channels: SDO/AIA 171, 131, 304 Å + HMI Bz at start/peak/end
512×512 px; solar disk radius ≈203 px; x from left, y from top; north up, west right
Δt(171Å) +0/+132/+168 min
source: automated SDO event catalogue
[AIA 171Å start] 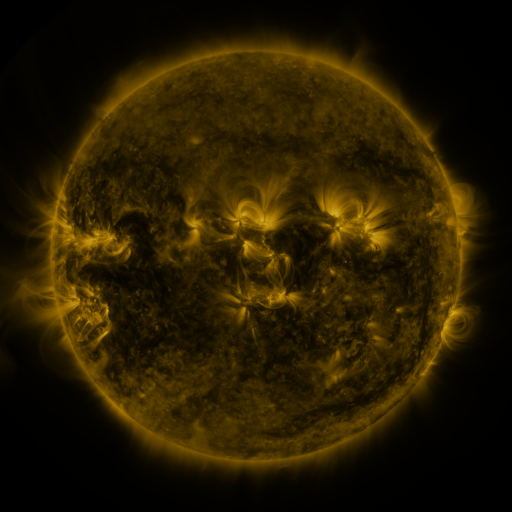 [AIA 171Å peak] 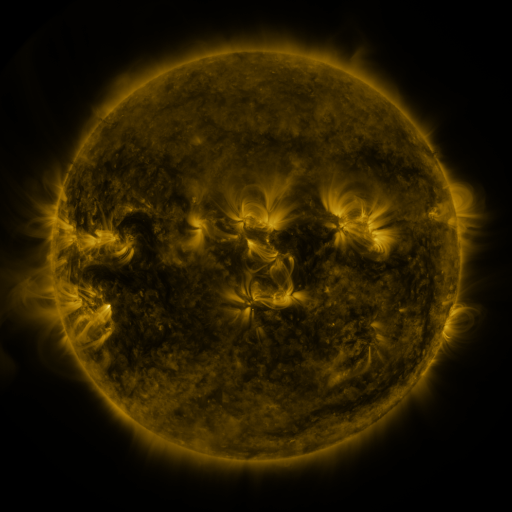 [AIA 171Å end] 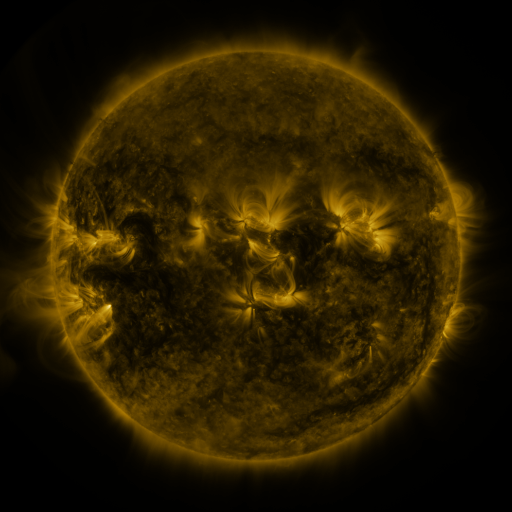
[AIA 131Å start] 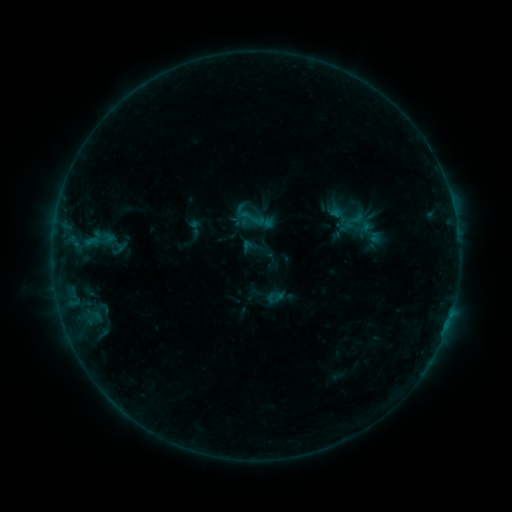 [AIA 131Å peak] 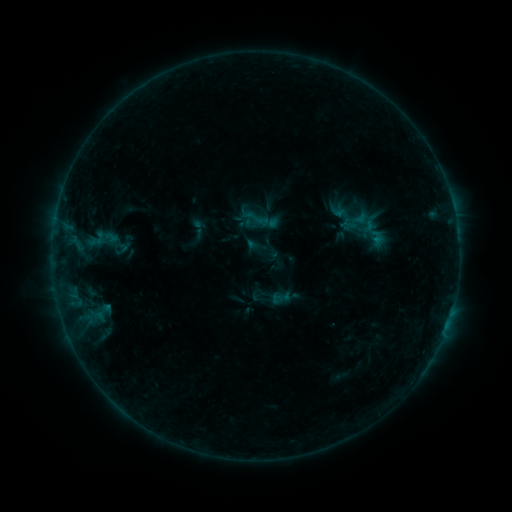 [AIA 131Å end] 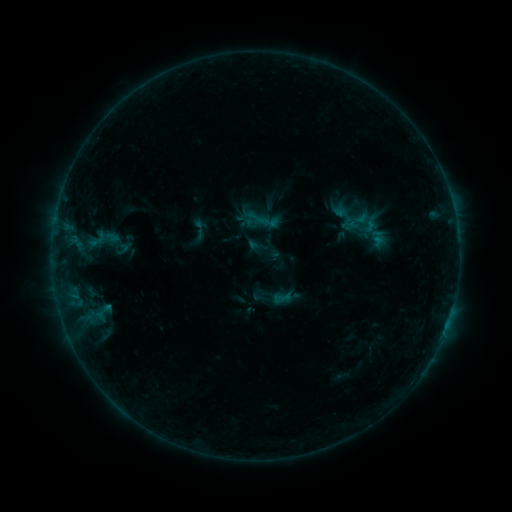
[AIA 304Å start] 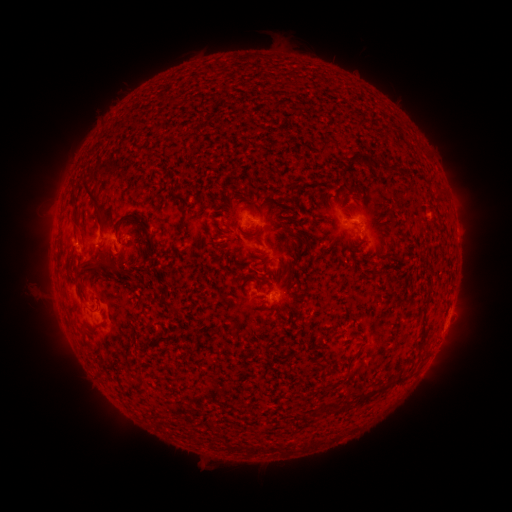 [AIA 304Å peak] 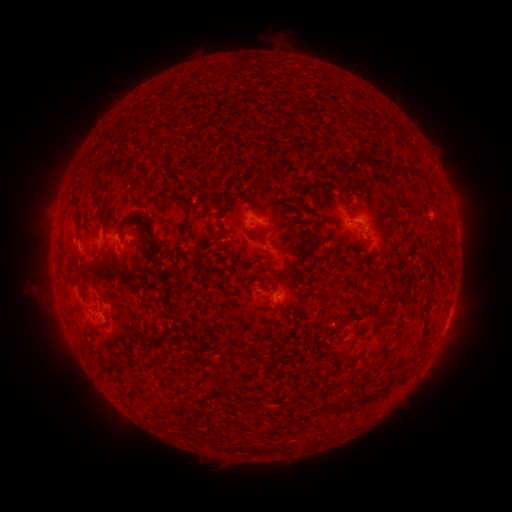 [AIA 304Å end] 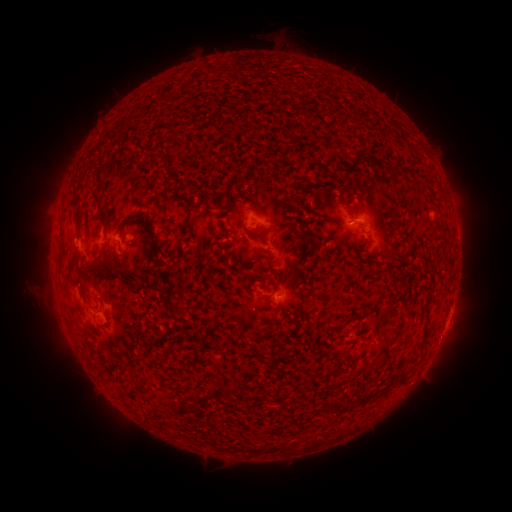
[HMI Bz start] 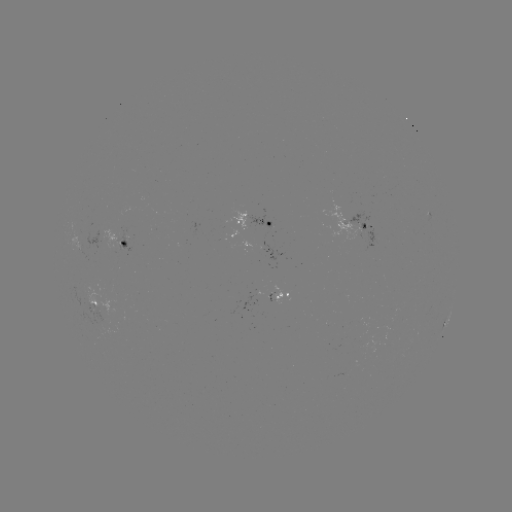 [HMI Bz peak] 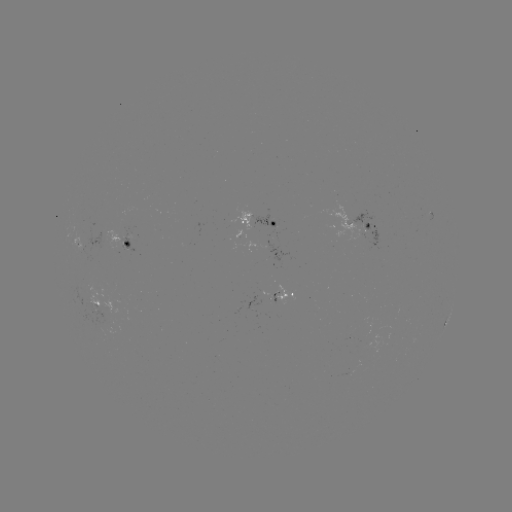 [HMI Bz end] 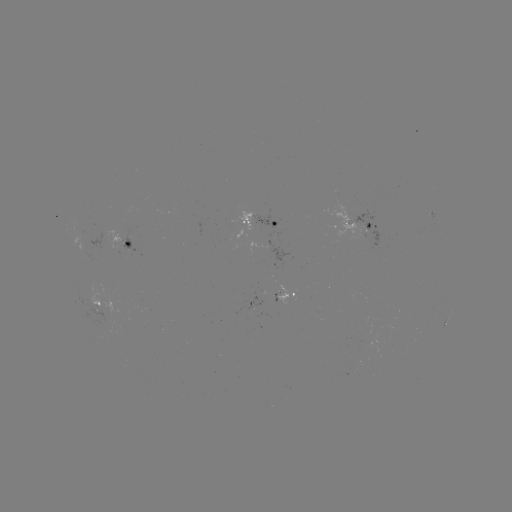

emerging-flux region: (270, 292, 277, 302)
